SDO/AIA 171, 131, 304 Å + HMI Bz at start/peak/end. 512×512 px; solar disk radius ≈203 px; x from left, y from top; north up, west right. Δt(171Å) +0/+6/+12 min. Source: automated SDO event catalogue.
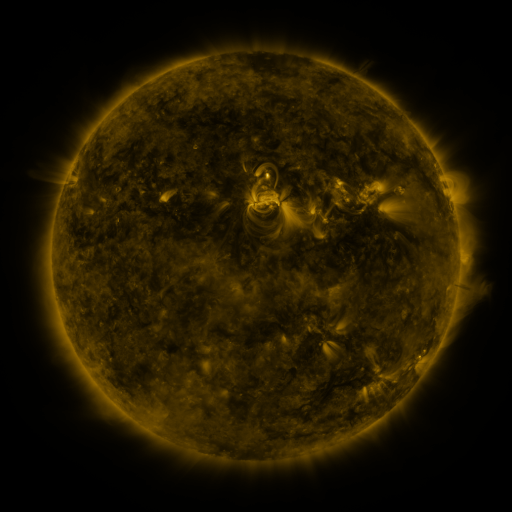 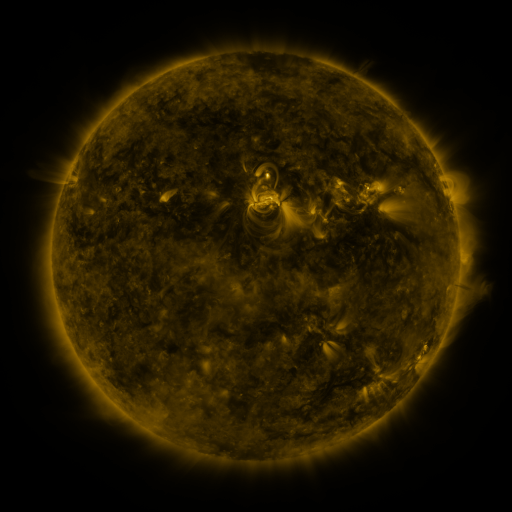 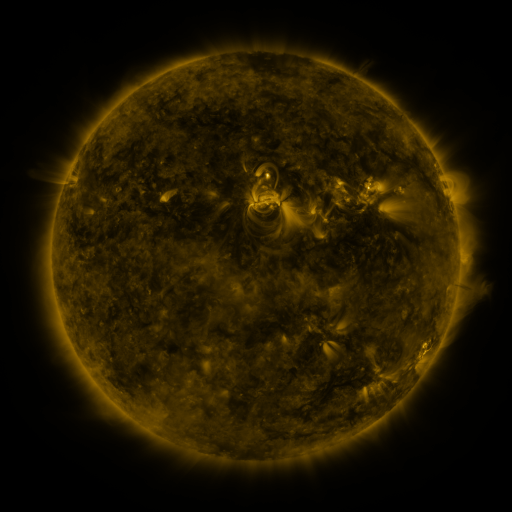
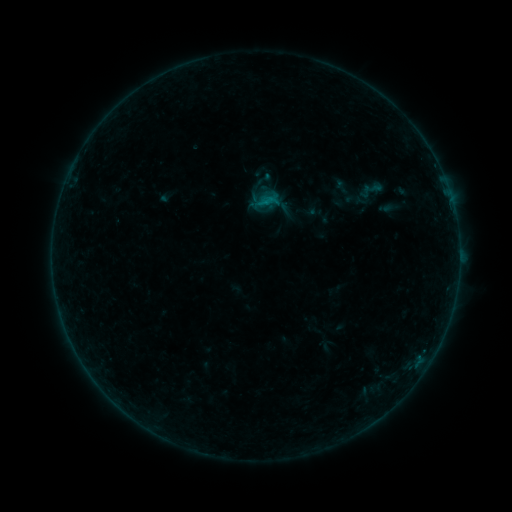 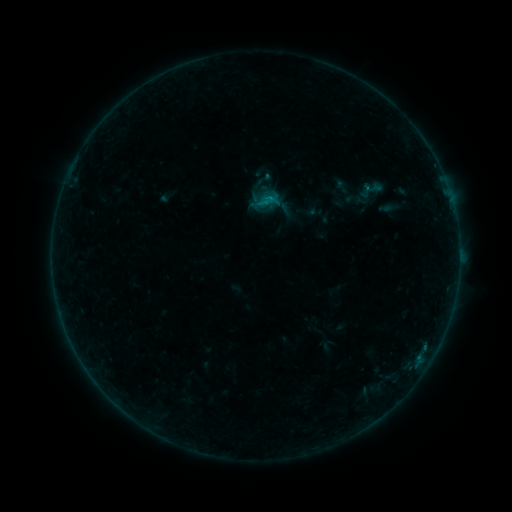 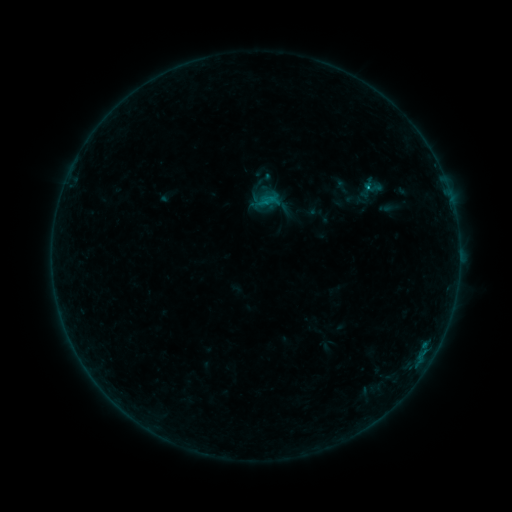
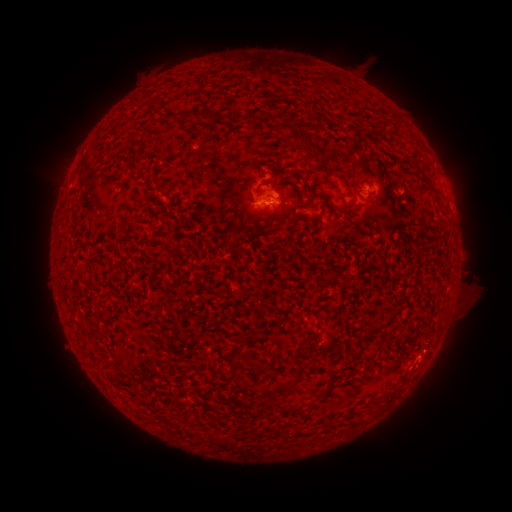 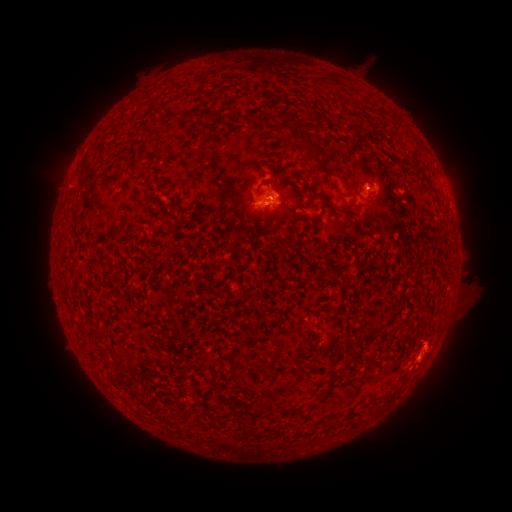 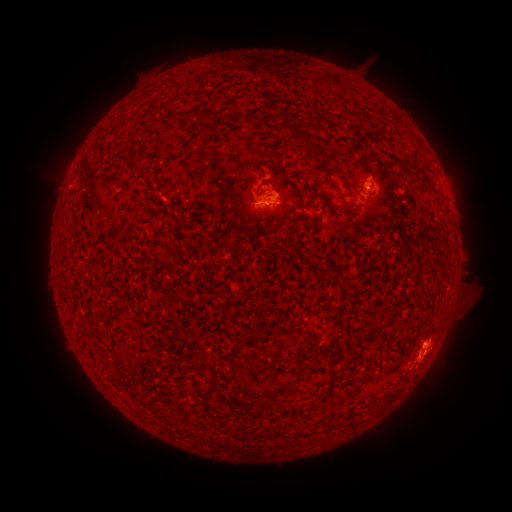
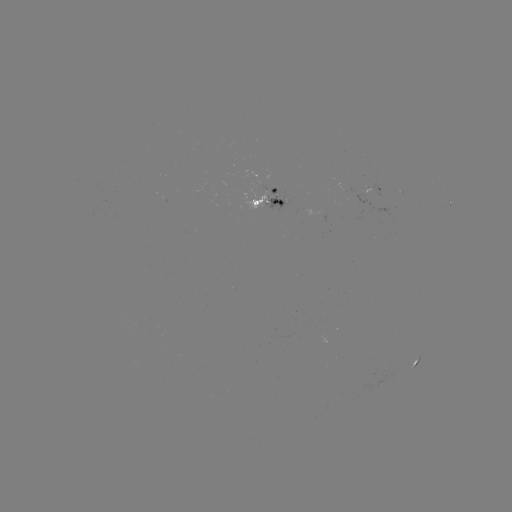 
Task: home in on B6.3 flare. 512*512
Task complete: [366, 189].